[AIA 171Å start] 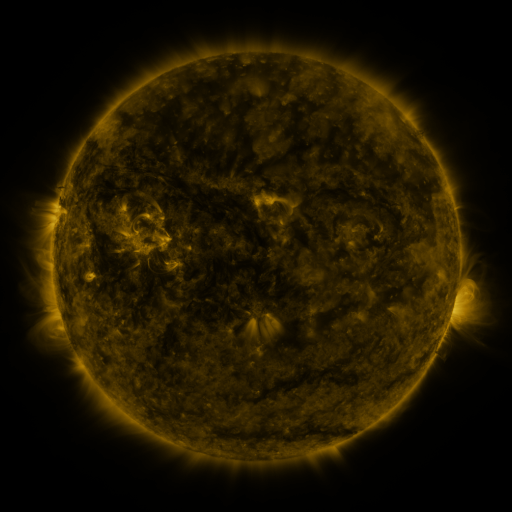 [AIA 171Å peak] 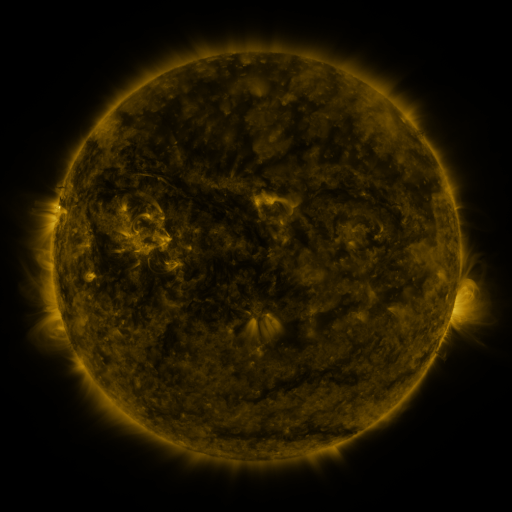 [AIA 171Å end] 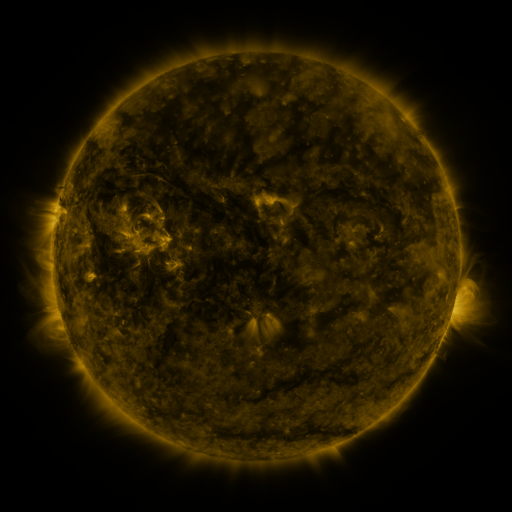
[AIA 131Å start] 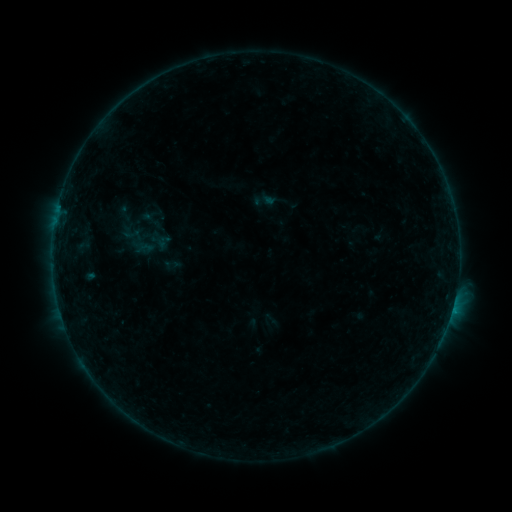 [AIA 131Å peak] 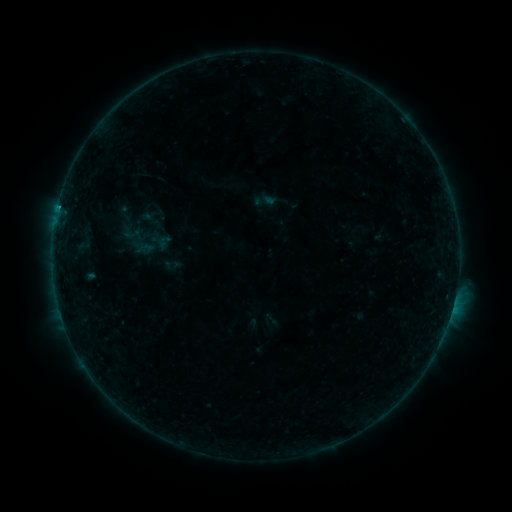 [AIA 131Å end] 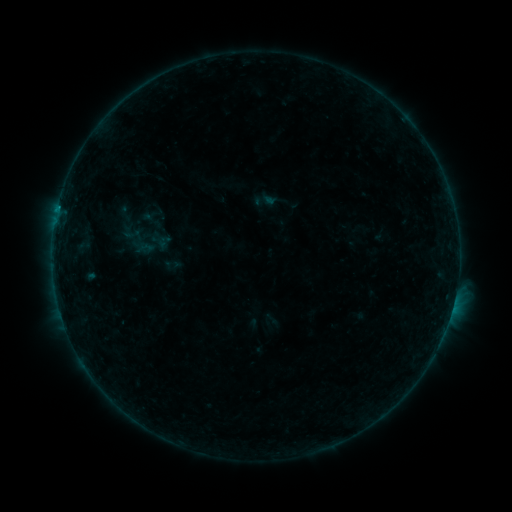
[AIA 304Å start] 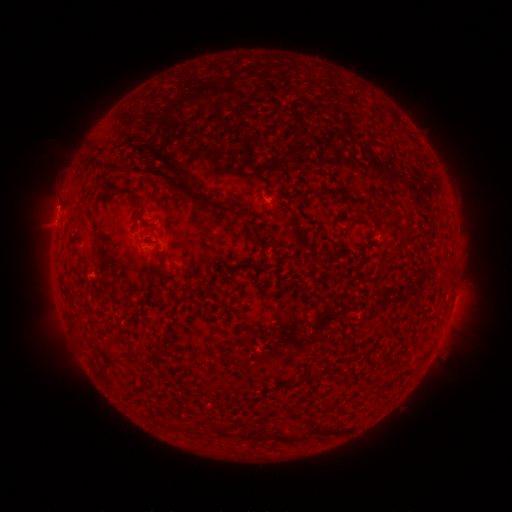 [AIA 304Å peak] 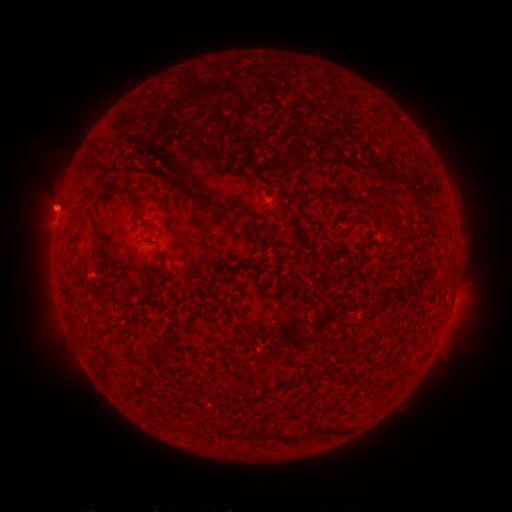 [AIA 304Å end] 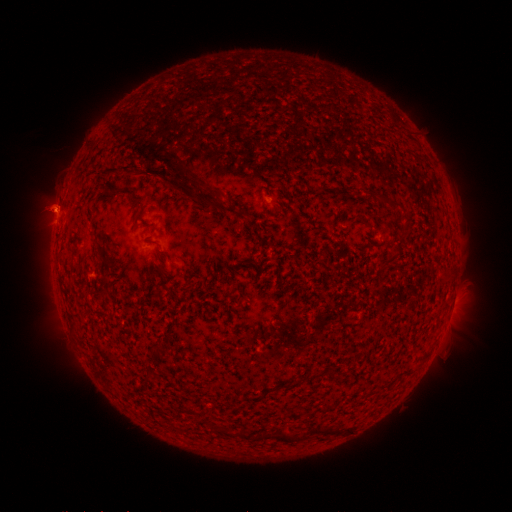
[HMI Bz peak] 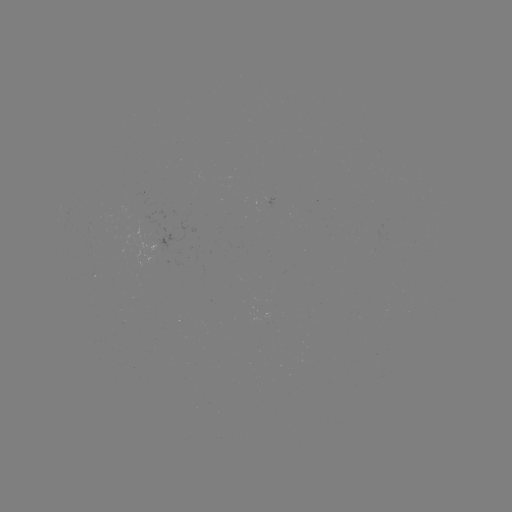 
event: eruption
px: (57, 206)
